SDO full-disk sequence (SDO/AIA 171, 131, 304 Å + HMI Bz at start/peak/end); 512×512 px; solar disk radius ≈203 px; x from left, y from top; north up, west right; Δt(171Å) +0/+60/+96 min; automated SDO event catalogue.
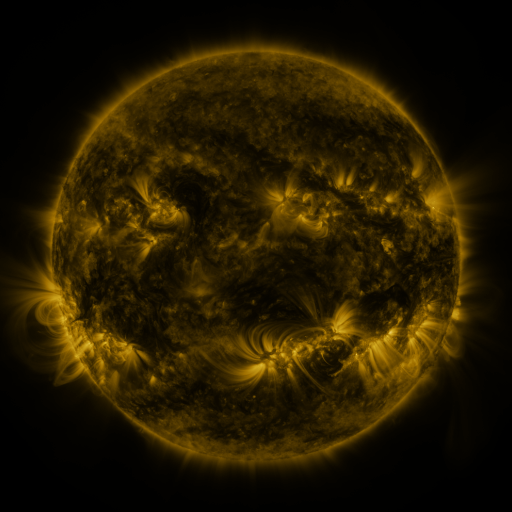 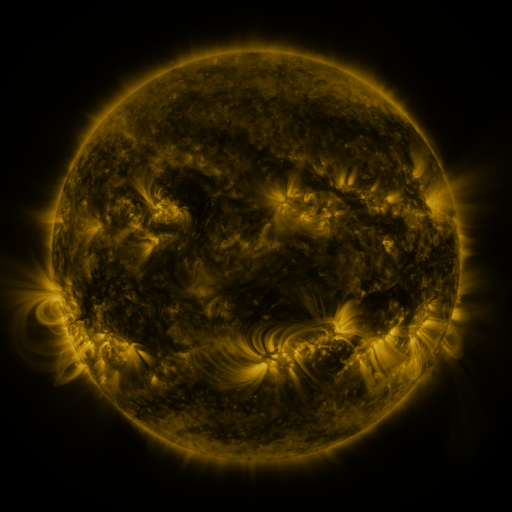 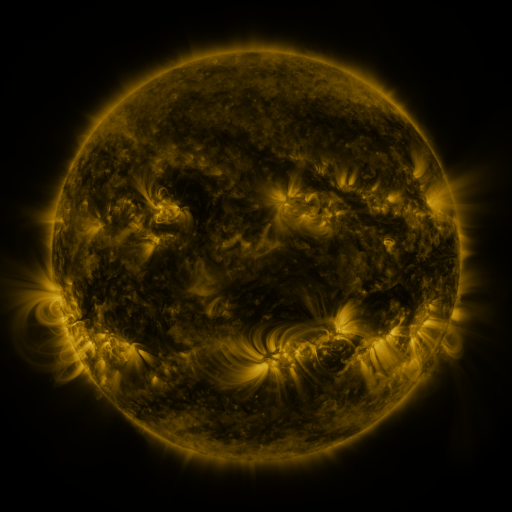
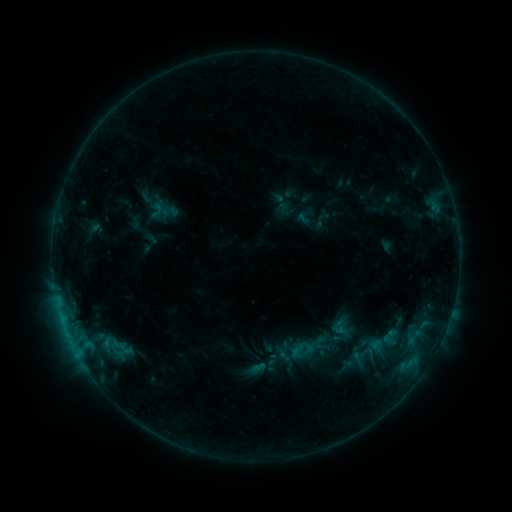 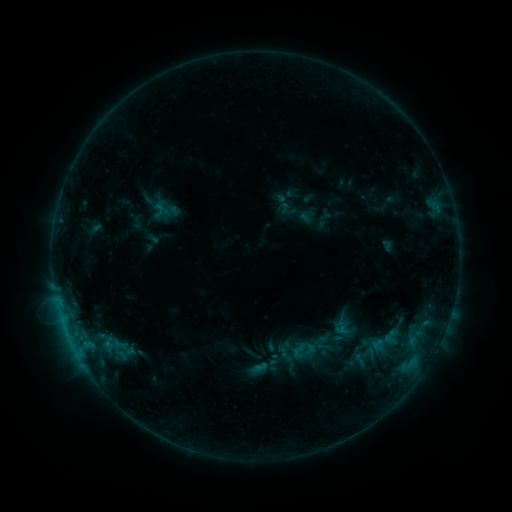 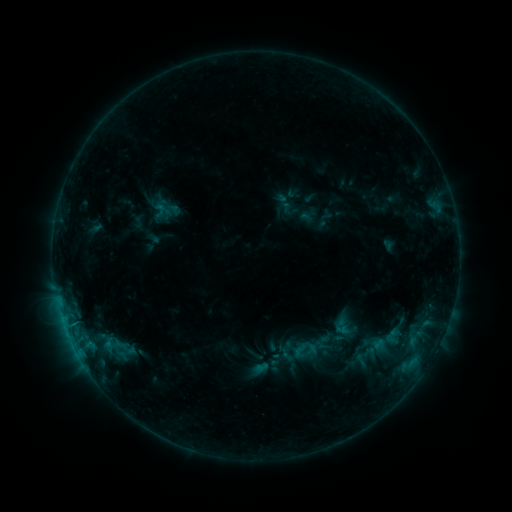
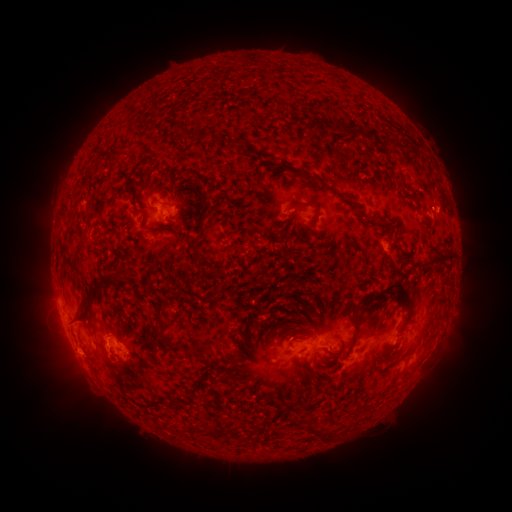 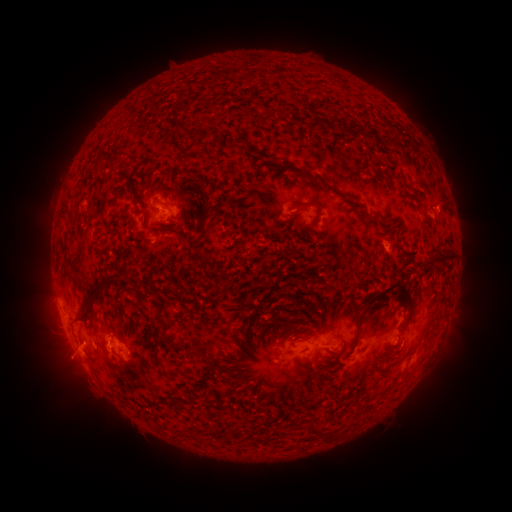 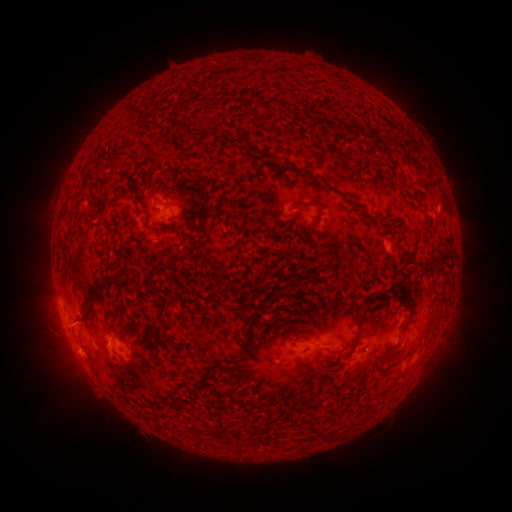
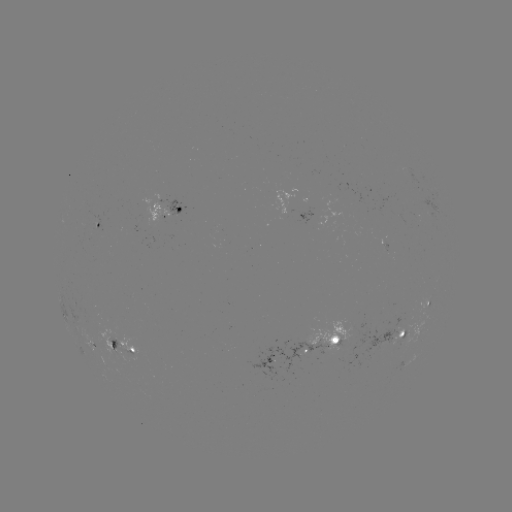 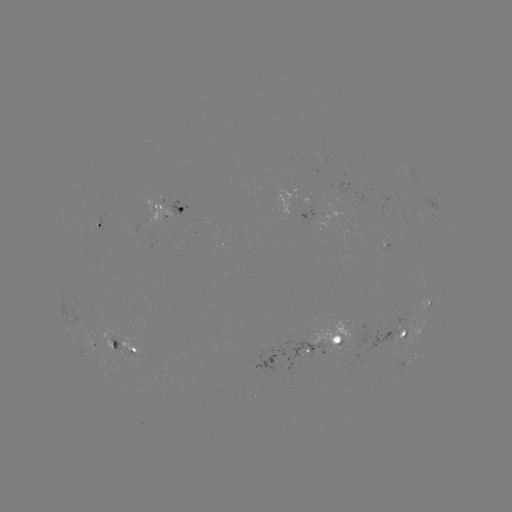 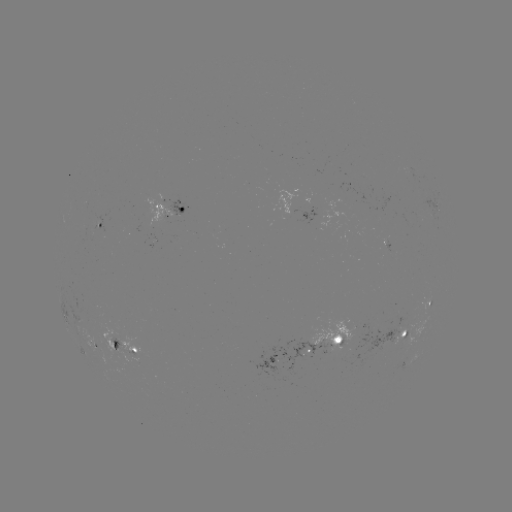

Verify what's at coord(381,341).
emerging-flux region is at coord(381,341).